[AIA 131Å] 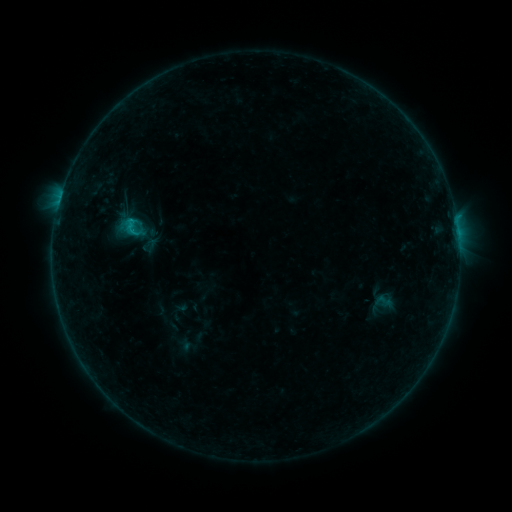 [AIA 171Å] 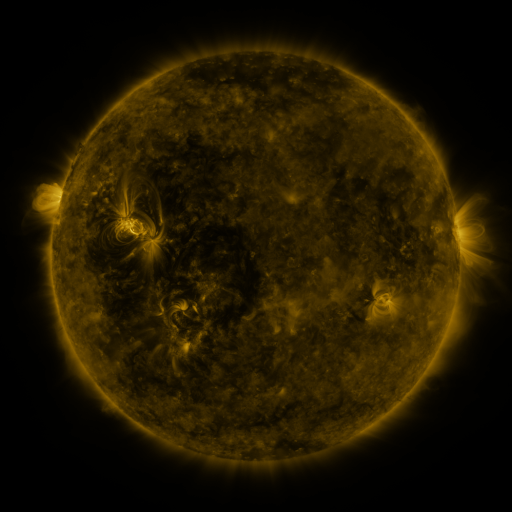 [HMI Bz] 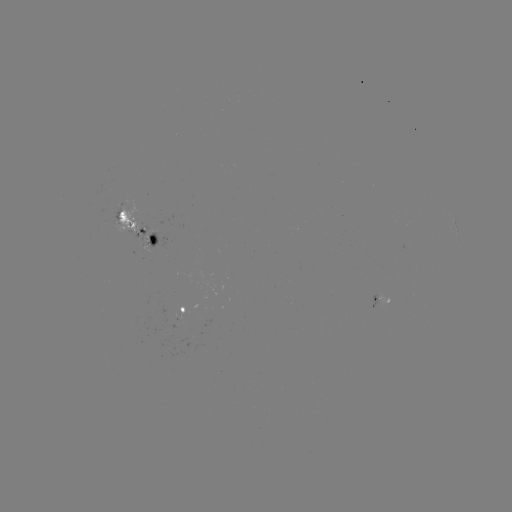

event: sigmoid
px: (130, 229)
